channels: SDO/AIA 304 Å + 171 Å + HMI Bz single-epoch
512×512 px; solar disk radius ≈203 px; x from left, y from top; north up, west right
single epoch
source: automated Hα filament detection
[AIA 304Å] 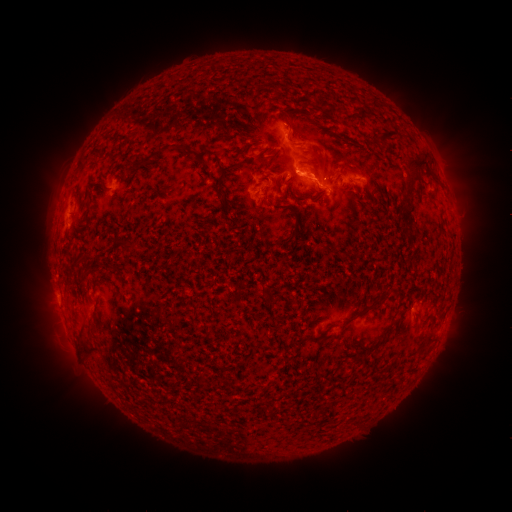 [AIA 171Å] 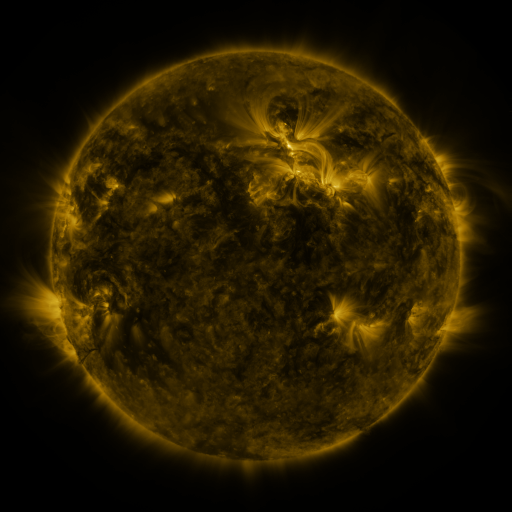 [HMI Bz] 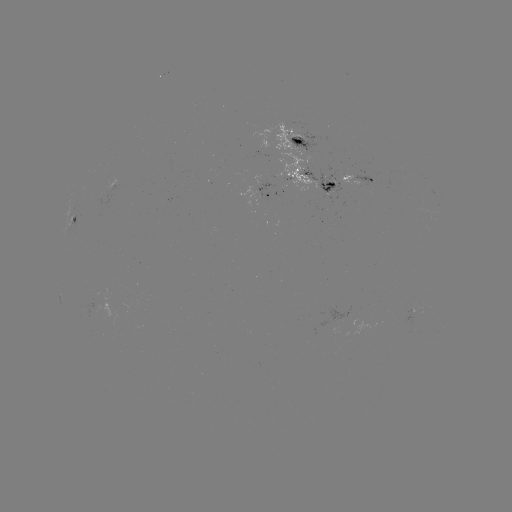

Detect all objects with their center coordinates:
filament: <bbox>317, 94, 328, 110</bbox>
filament: <bbox>285, 118, 295, 130</bbox>
filament: <bbox>378, 130, 400, 148</bbox>
filament: <bbox>138, 143, 173, 166</bbox>
filament: <bbox>407, 156, 431, 178</bbox>
filament: <bbox>218, 162, 246, 172</bbox>
filament: <bbox>280, 174, 288, 185</bbox>
filament: <bbox>216, 189, 227, 200</bbox>
filament: <bbox>401, 197, 413, 212</bbox>
filament: <bbox>292, 222, 300, 234</bbox>
filament: <bbox>373, 300, 383, 308</bbox>
filament: <bbox>341, 318, 354, 328</bbox>
filament: <bbox>80, 340, 98, 357</bbox>
